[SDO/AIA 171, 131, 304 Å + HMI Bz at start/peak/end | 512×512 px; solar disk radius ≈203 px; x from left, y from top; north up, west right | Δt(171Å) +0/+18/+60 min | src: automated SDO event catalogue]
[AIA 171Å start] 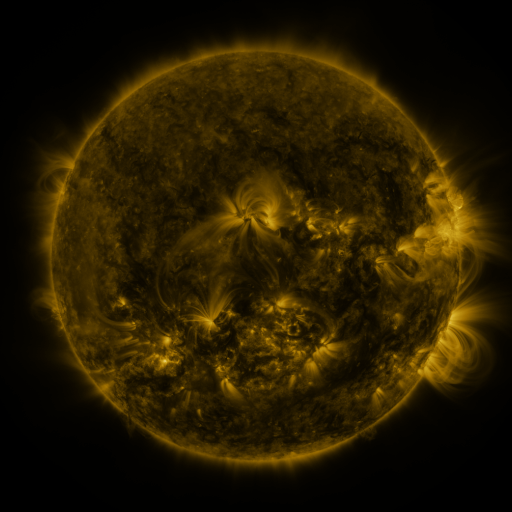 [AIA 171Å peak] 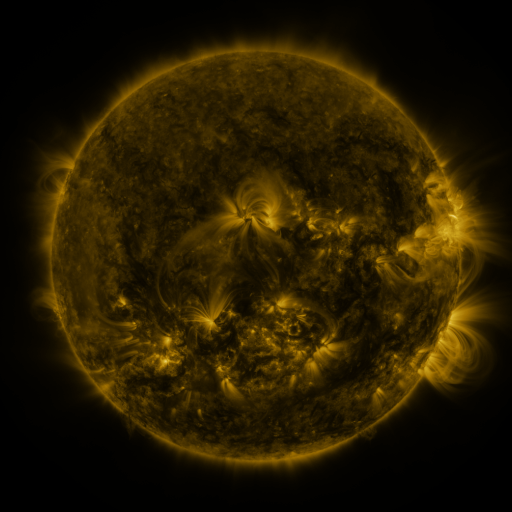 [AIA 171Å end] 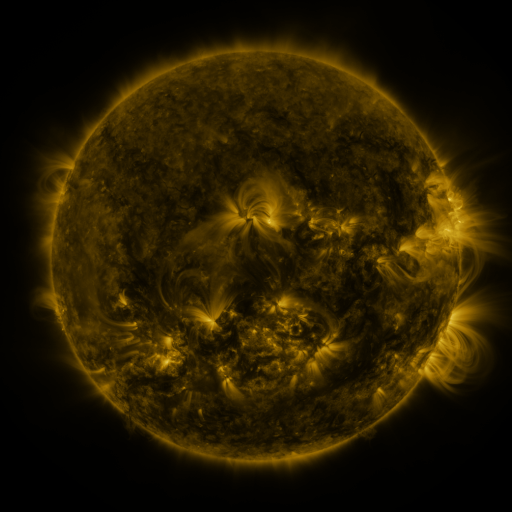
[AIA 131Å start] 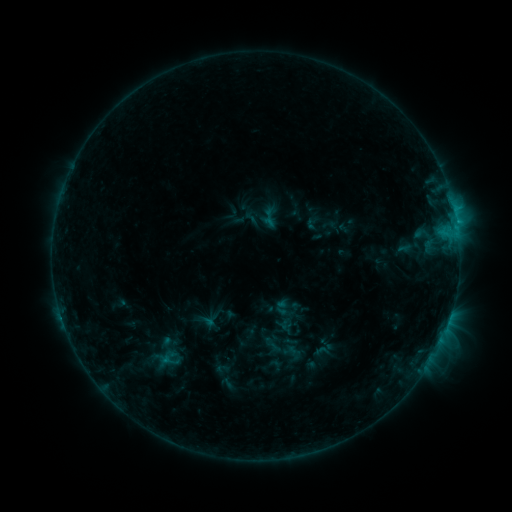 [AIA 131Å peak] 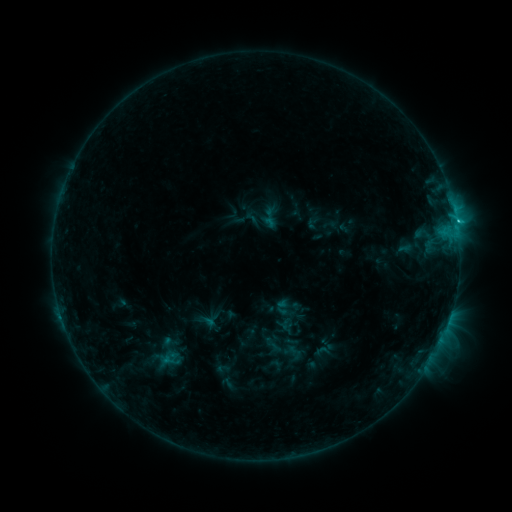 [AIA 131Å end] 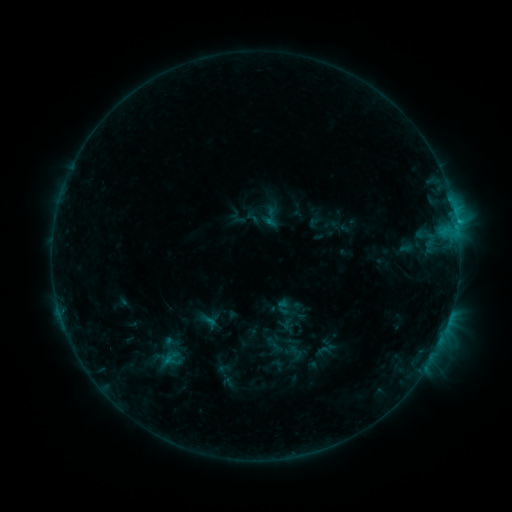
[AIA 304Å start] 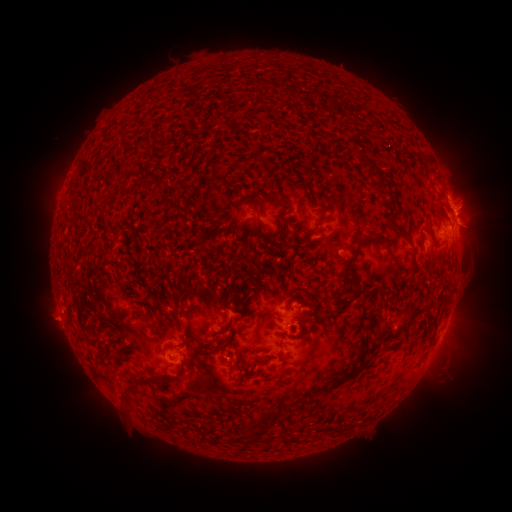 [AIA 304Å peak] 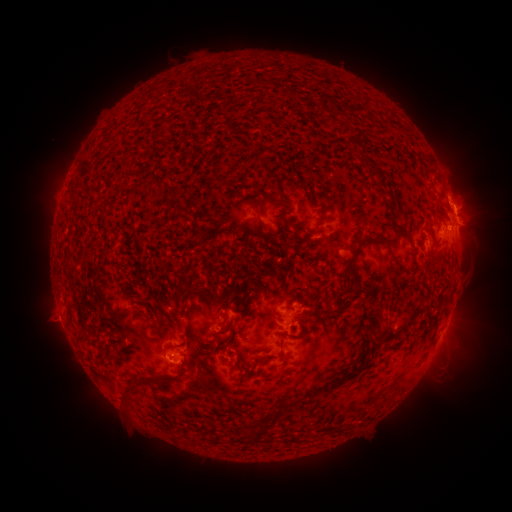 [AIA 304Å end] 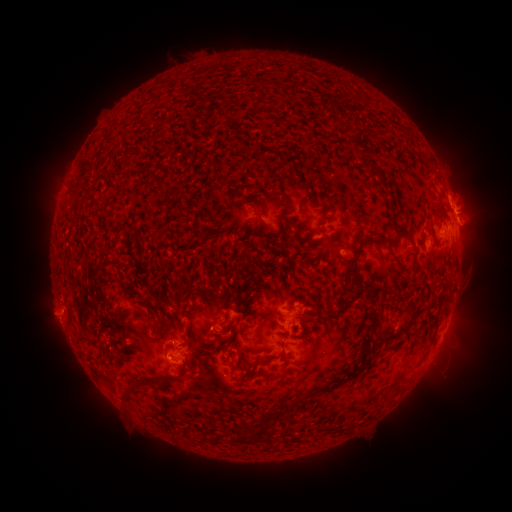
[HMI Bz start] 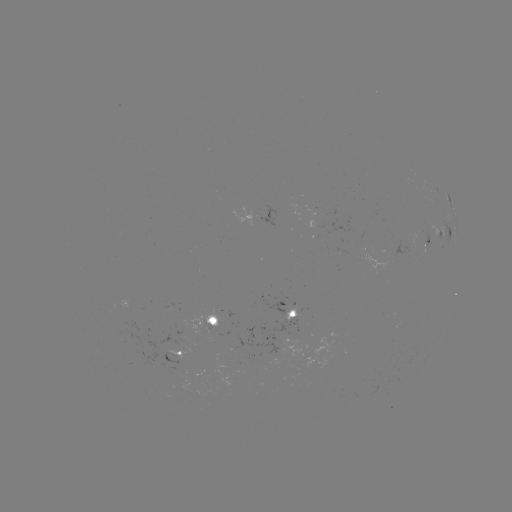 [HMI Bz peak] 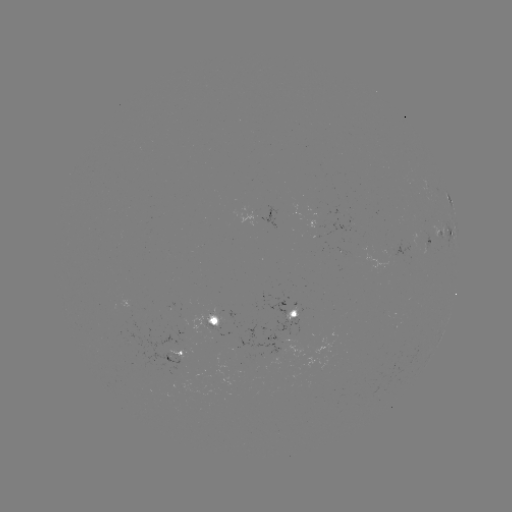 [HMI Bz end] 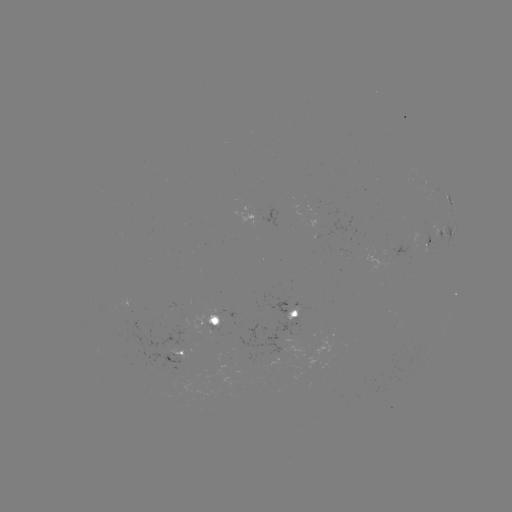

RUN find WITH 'C2.1 flare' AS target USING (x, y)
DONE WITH (456, 224) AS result